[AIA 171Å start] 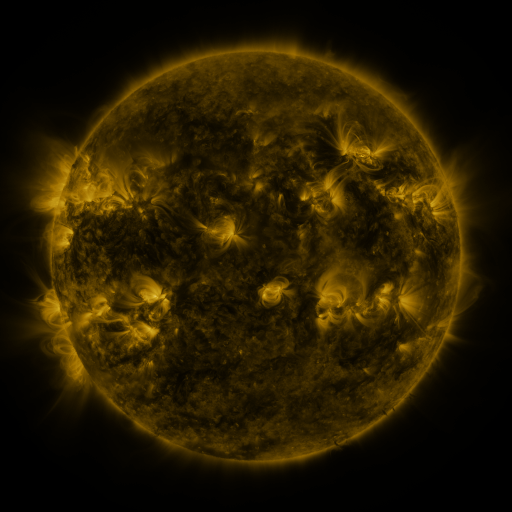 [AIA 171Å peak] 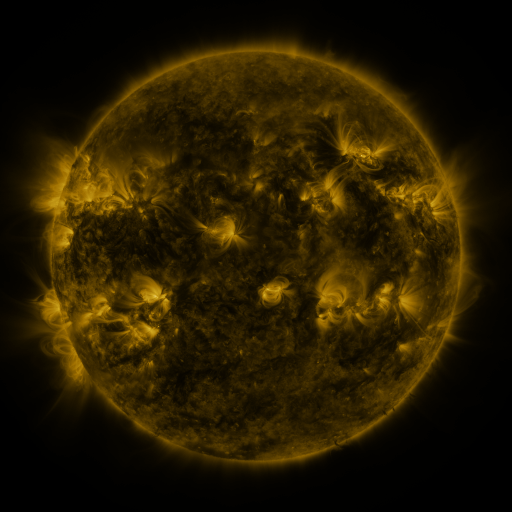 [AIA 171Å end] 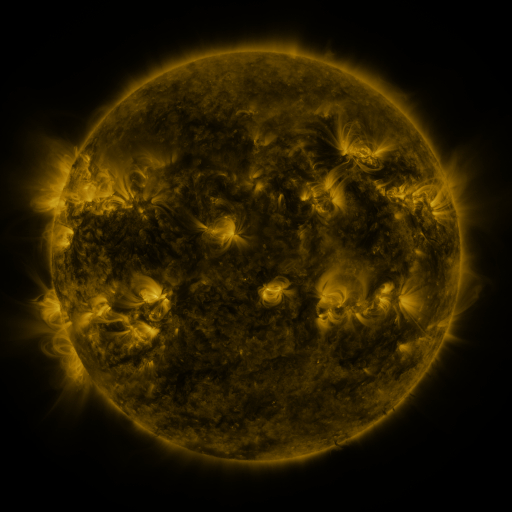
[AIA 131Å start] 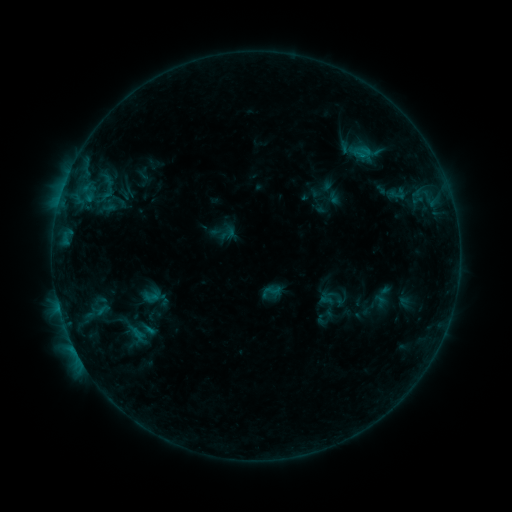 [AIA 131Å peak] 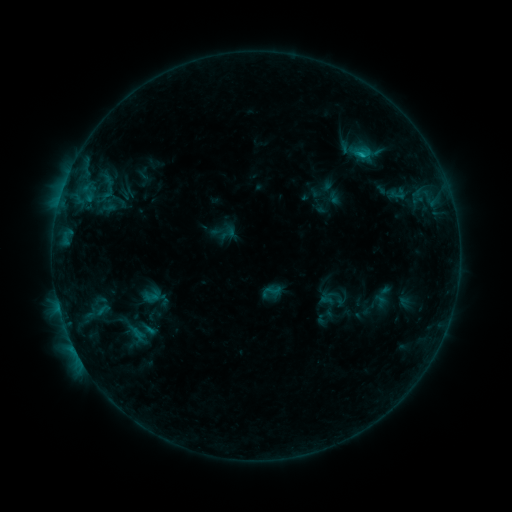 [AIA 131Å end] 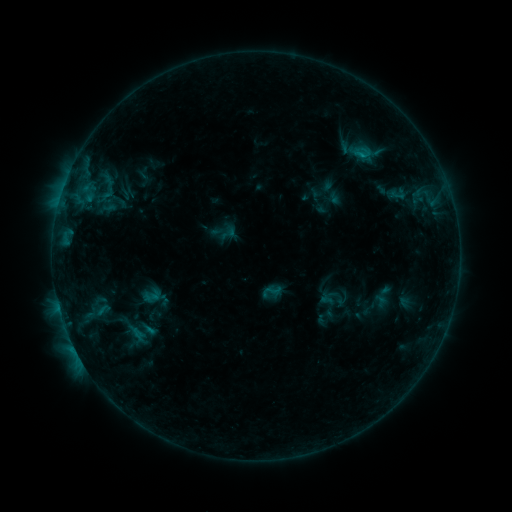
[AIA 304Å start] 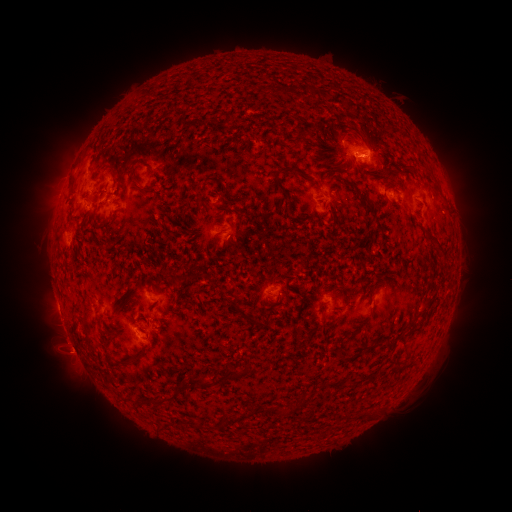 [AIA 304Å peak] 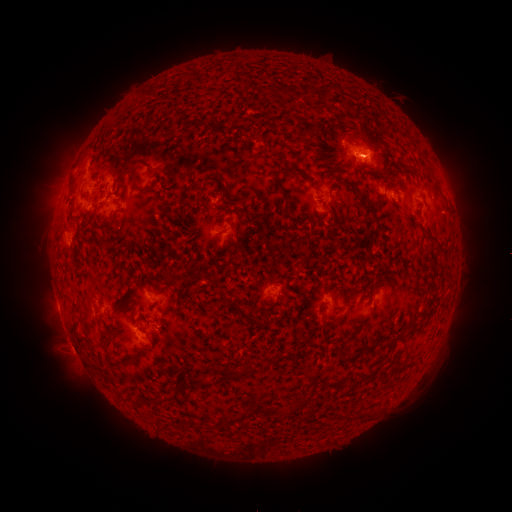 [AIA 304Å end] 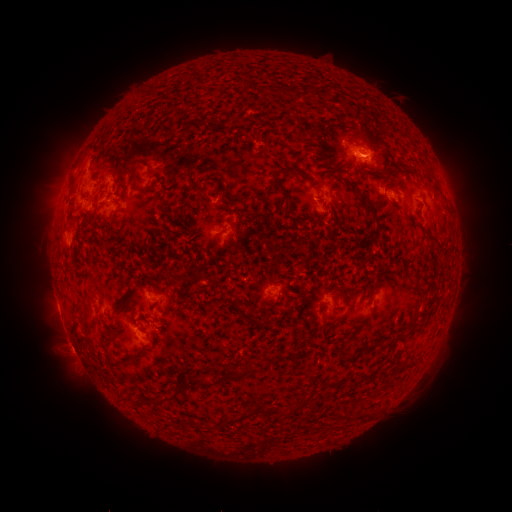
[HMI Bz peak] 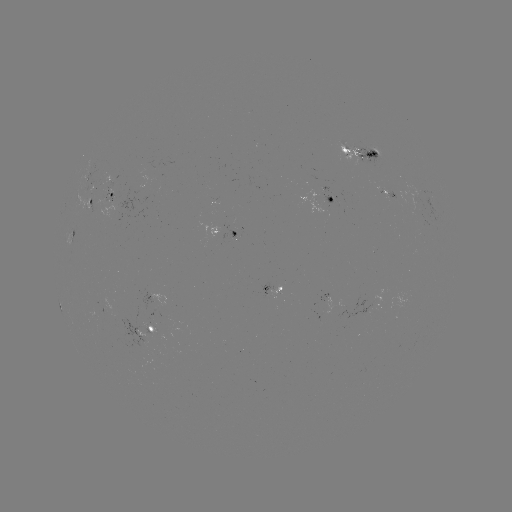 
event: flare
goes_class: B8.2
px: (361, 157)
